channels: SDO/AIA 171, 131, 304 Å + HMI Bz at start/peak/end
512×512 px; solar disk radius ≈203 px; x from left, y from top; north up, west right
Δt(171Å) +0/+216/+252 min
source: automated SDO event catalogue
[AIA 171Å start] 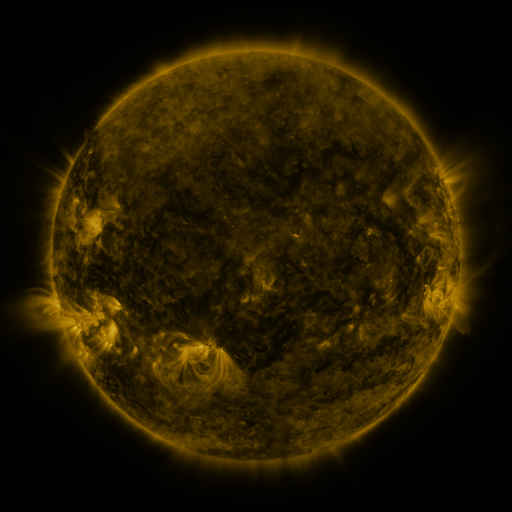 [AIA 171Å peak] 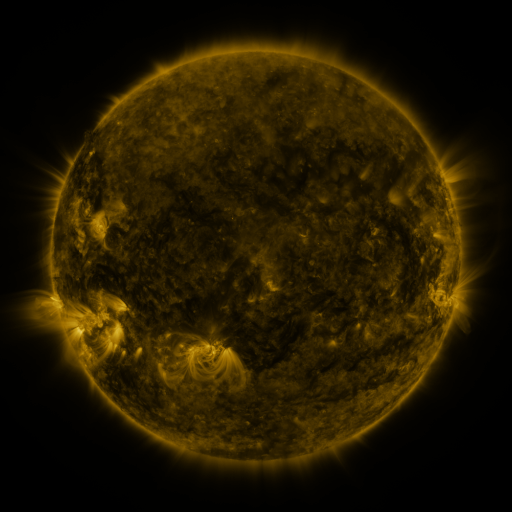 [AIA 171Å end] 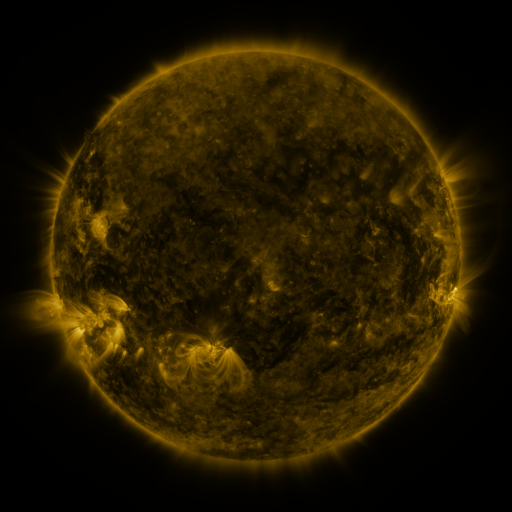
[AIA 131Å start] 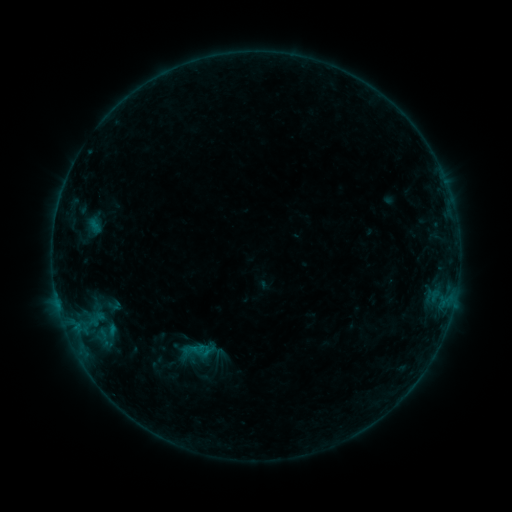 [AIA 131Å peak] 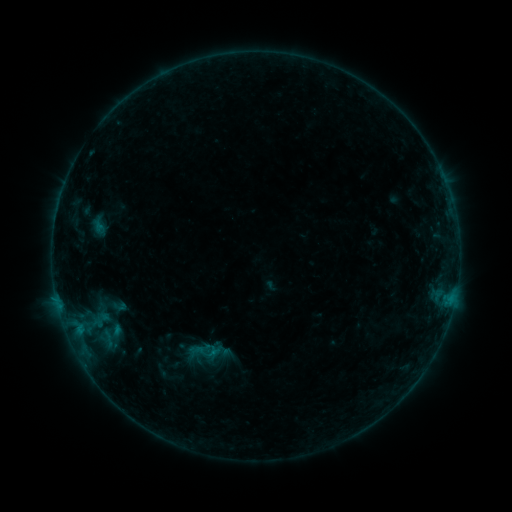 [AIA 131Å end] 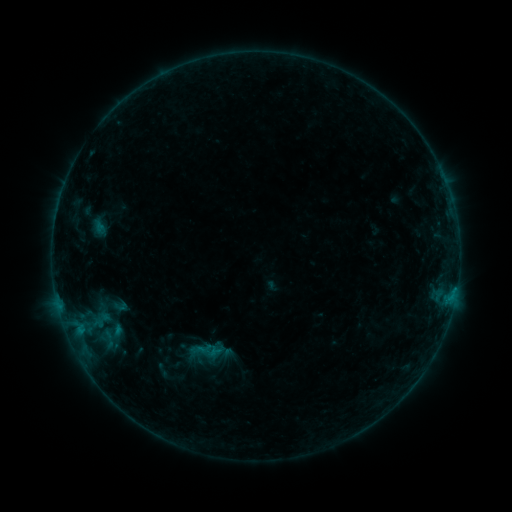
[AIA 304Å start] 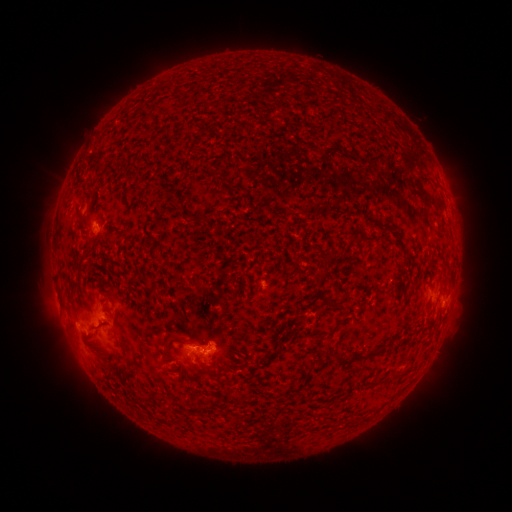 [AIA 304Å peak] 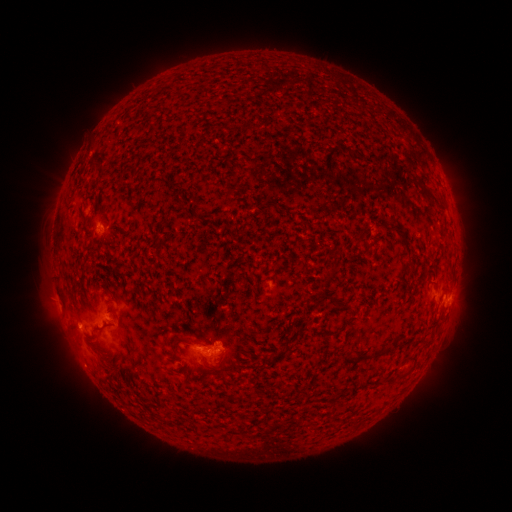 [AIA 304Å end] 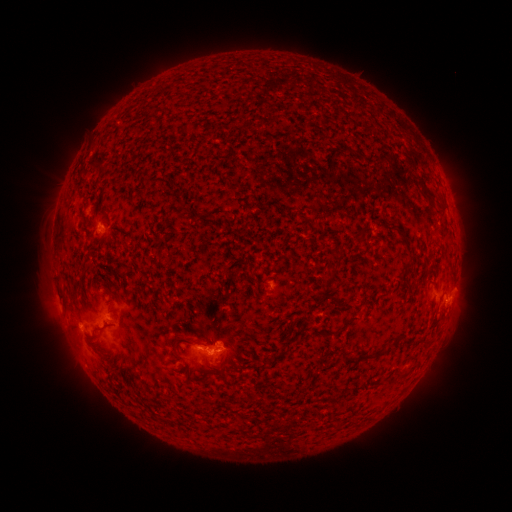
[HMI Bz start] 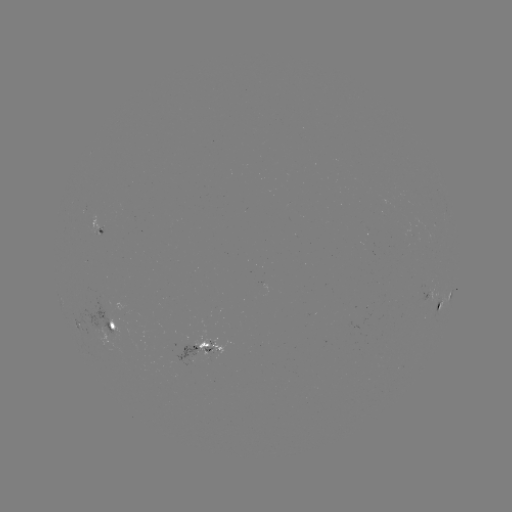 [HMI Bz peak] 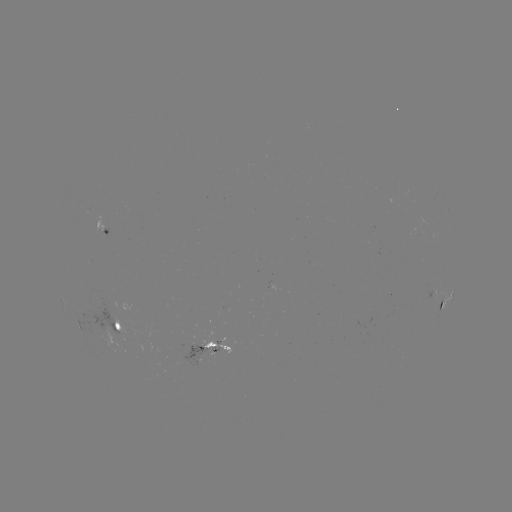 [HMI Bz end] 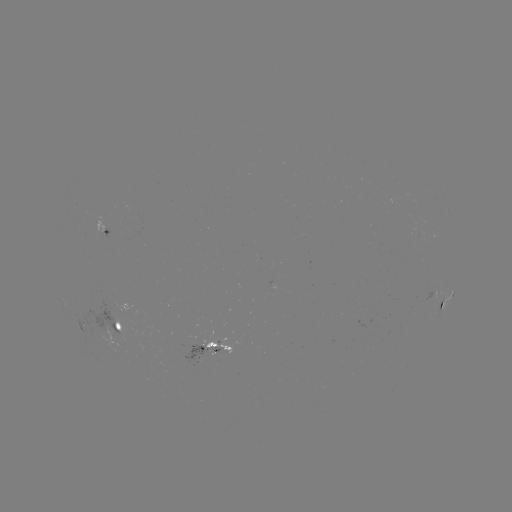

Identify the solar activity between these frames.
emerging-flux region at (195, 348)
